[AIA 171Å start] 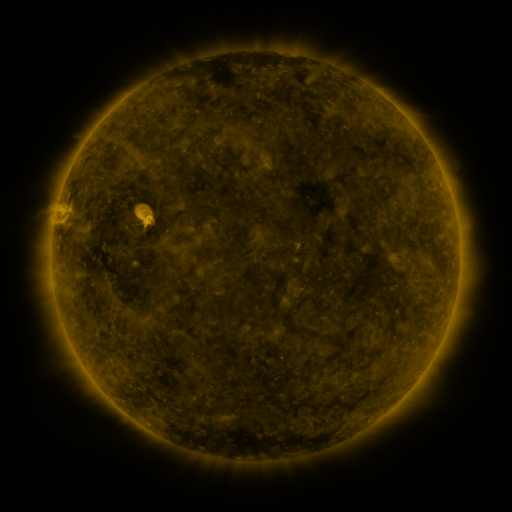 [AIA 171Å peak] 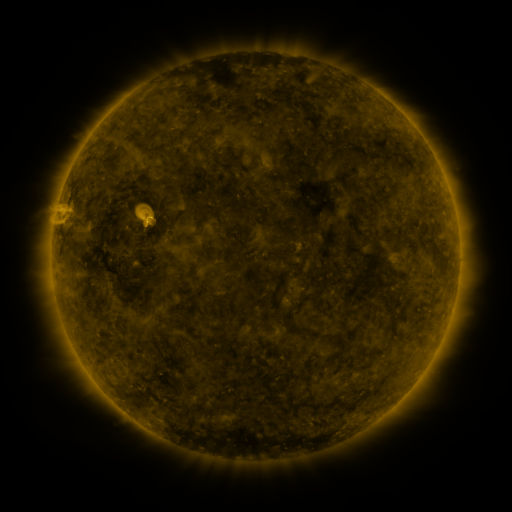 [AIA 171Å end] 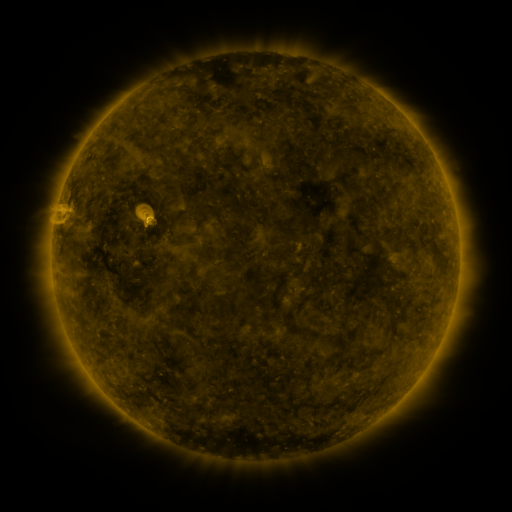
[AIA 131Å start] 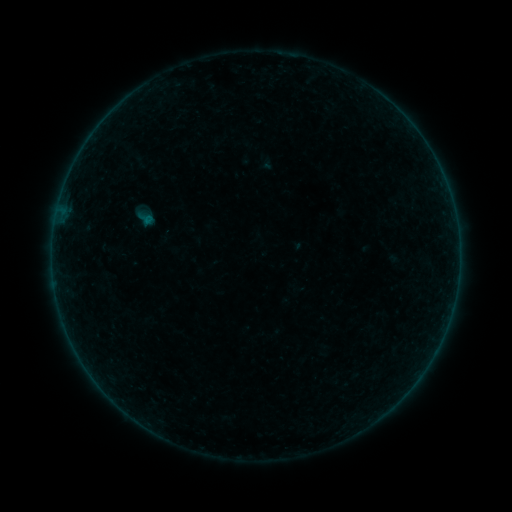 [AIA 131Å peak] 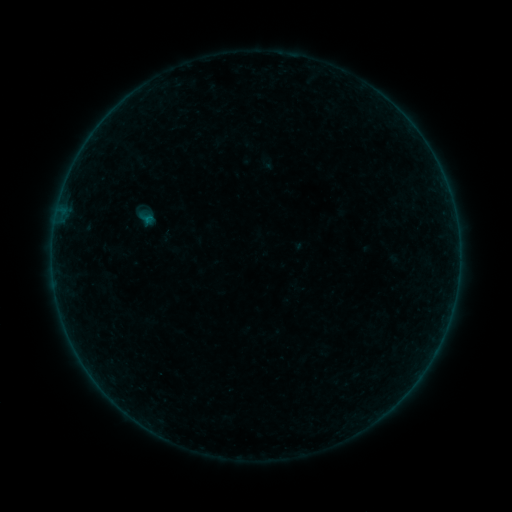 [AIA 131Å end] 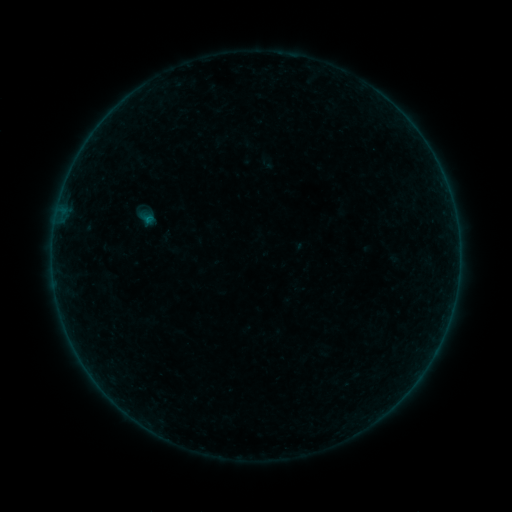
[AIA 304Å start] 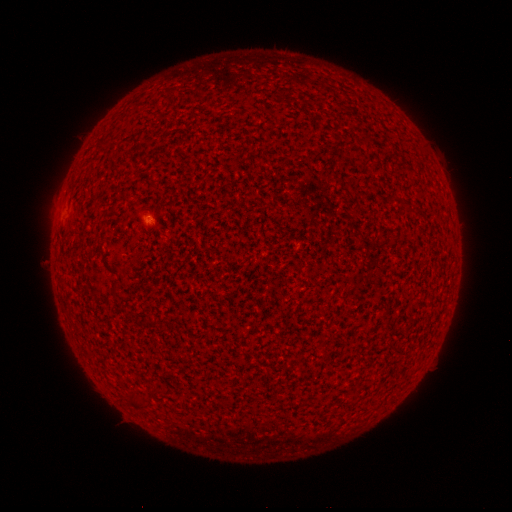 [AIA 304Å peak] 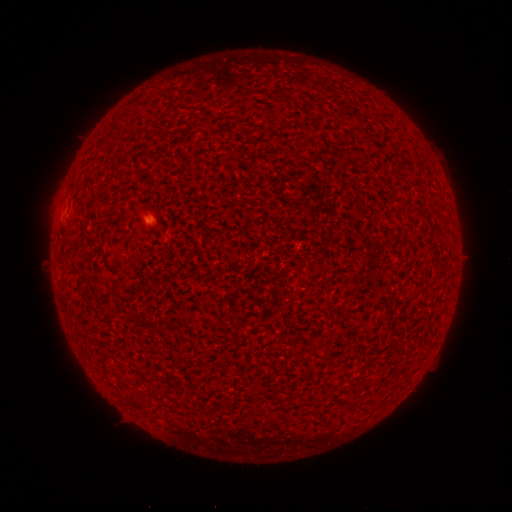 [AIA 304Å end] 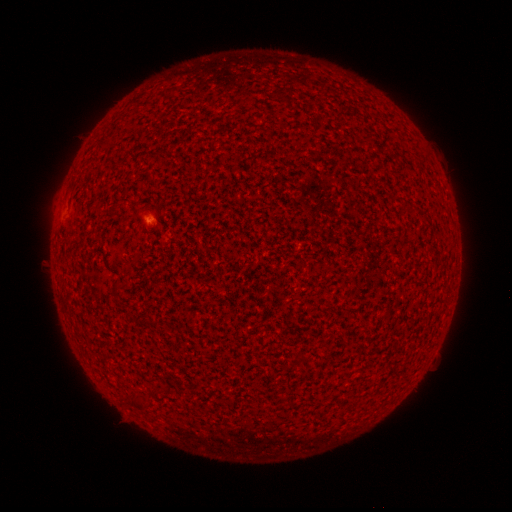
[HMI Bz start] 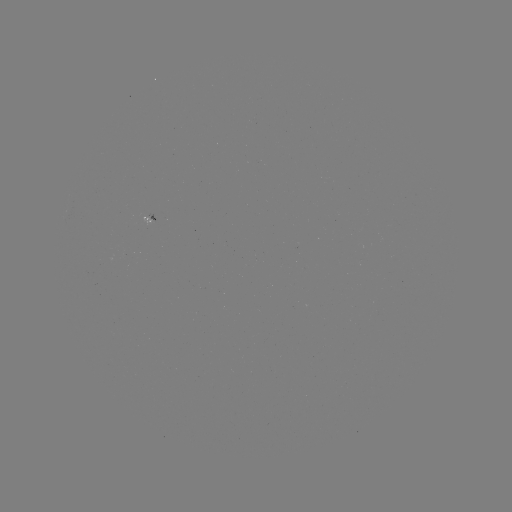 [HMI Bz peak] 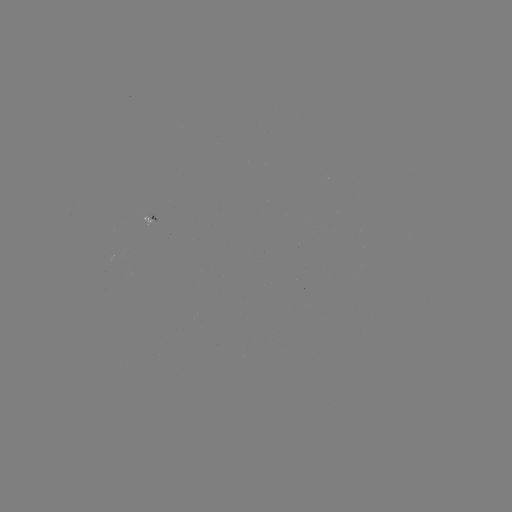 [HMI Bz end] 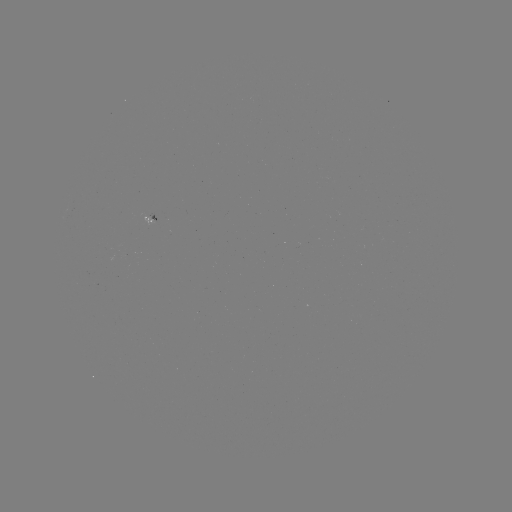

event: flare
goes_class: A5.6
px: (148, 219)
